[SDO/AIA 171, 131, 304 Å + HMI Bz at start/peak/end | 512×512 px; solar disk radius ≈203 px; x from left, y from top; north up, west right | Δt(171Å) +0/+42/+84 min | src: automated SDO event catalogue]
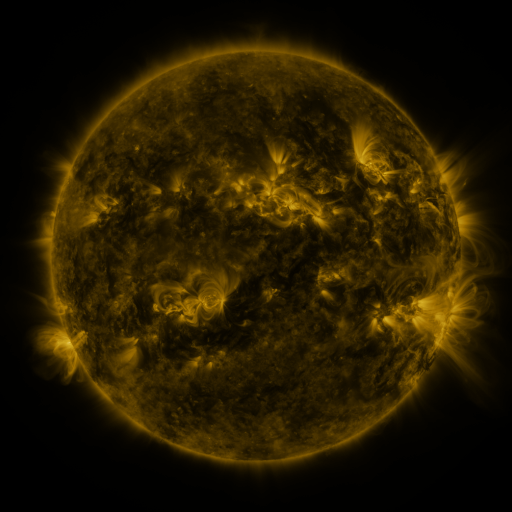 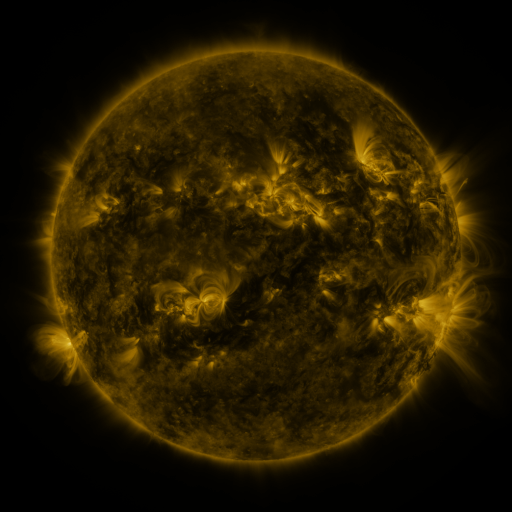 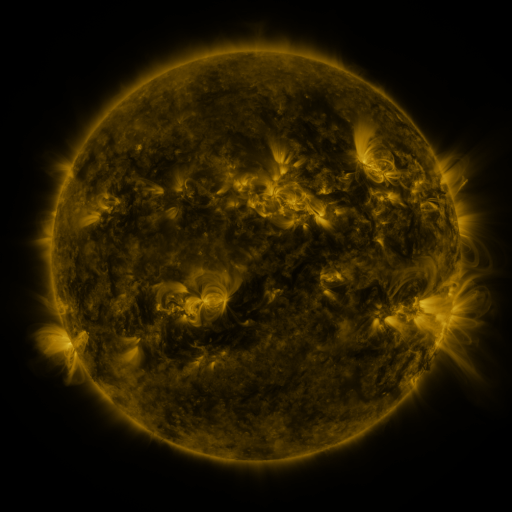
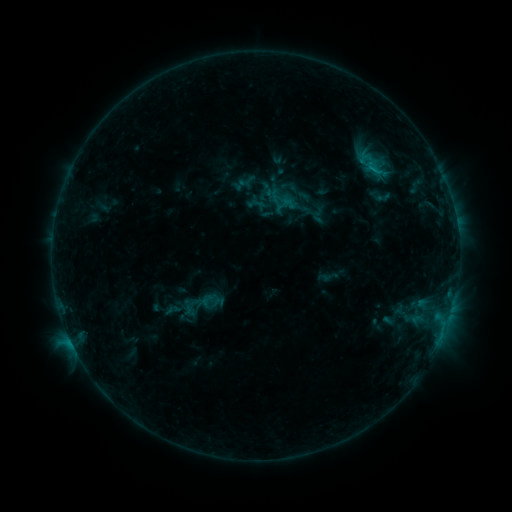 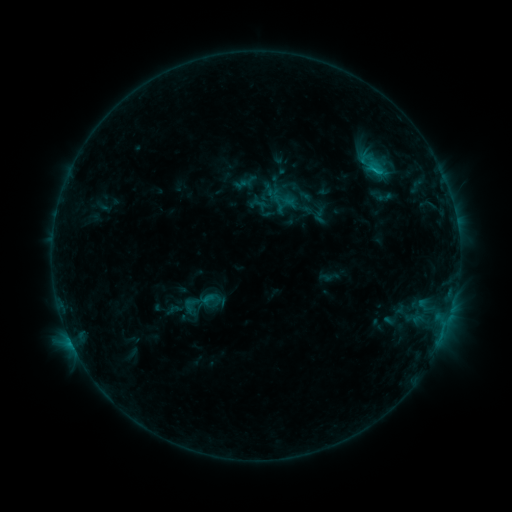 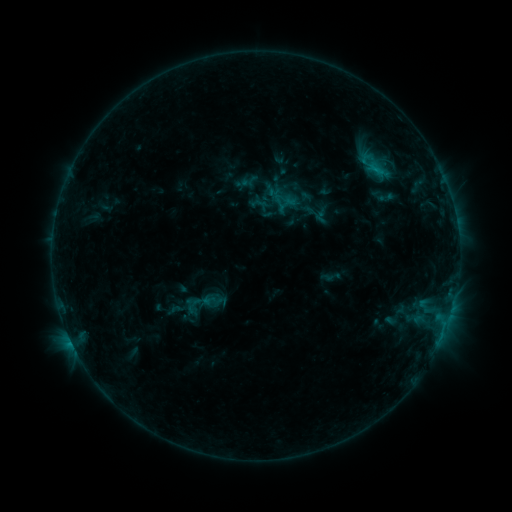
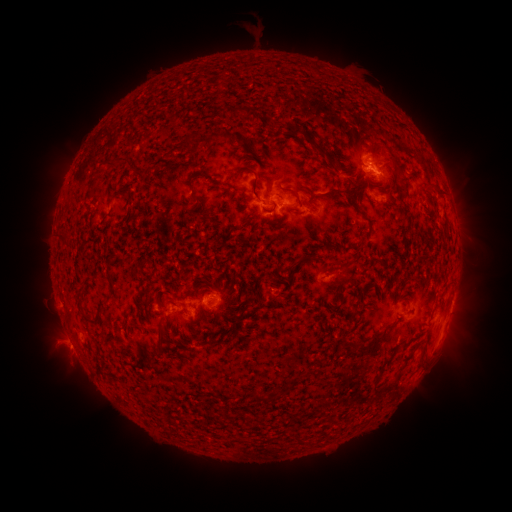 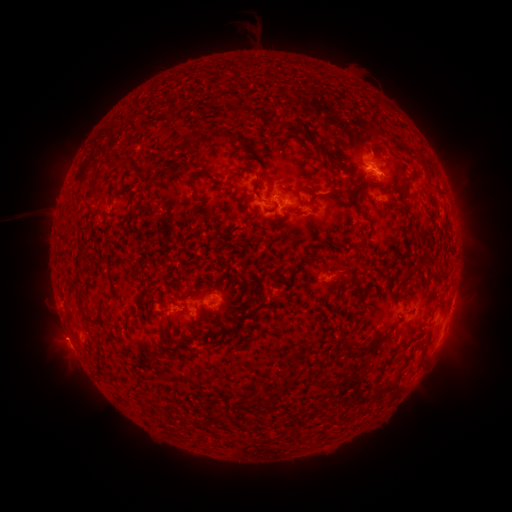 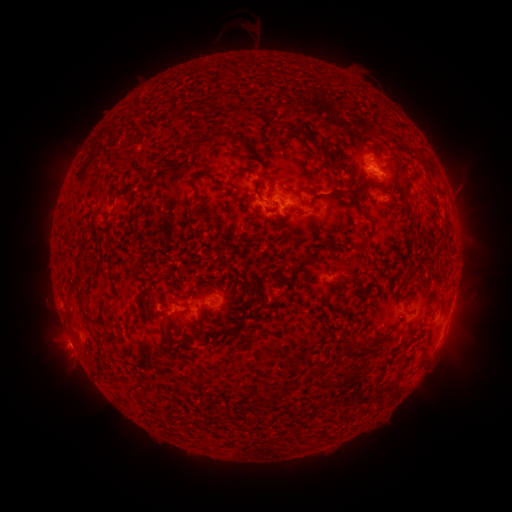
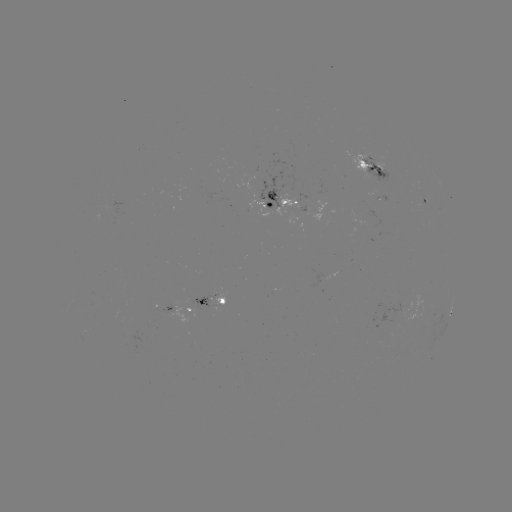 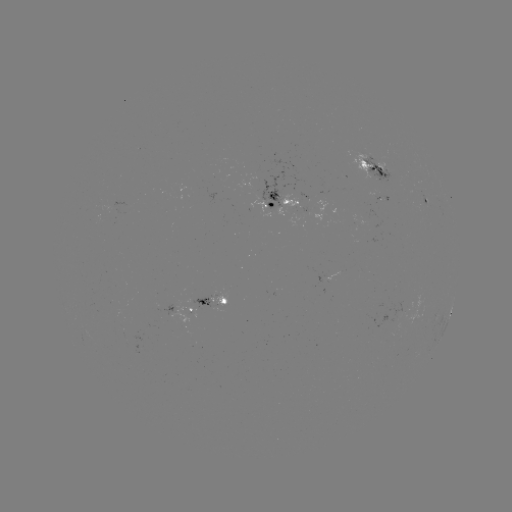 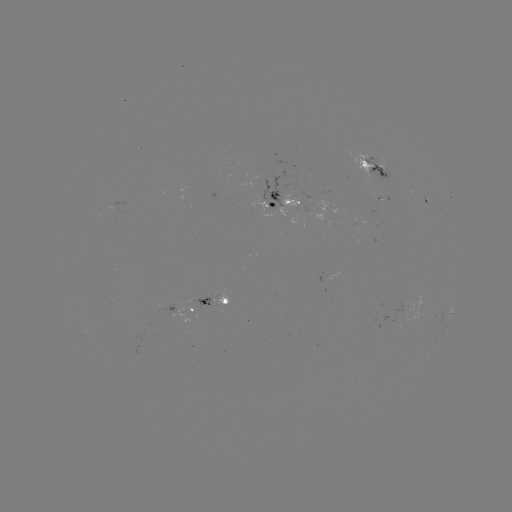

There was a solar filament eruption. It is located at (29, 215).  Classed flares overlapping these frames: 1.